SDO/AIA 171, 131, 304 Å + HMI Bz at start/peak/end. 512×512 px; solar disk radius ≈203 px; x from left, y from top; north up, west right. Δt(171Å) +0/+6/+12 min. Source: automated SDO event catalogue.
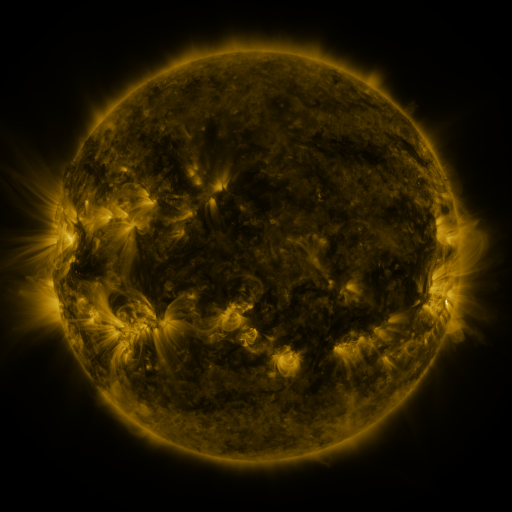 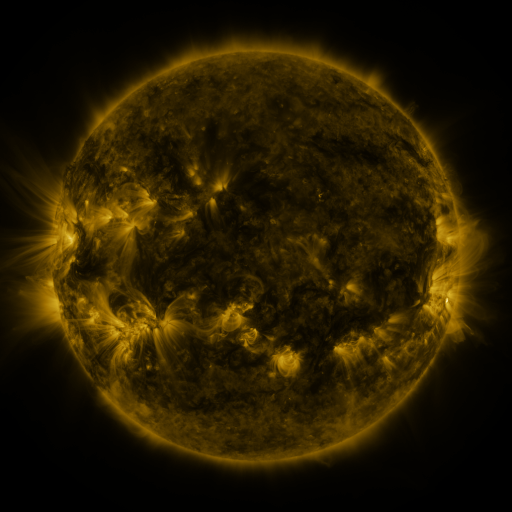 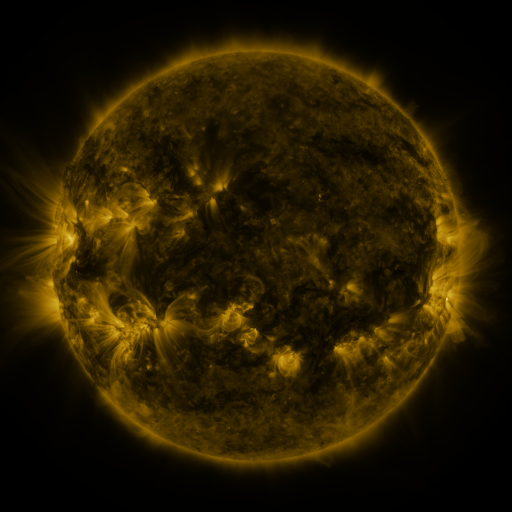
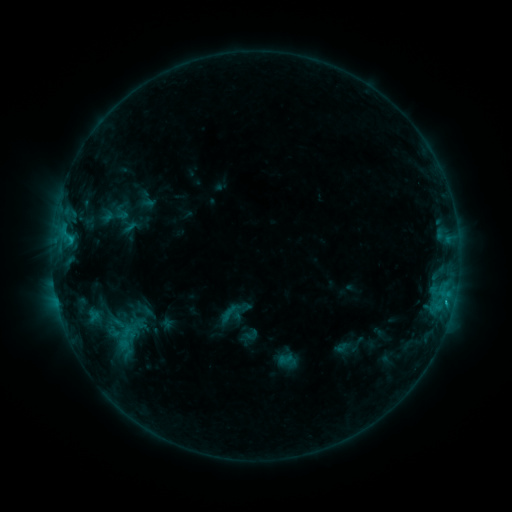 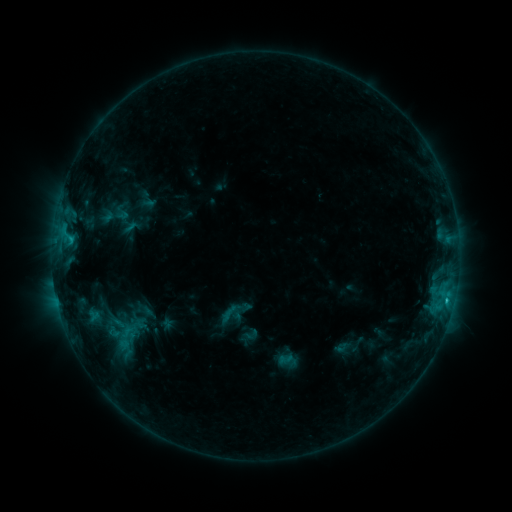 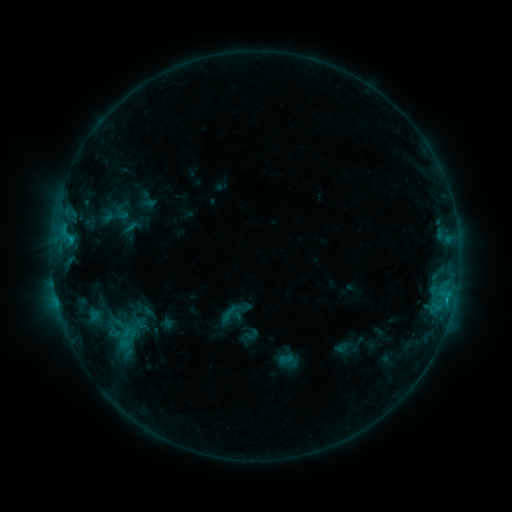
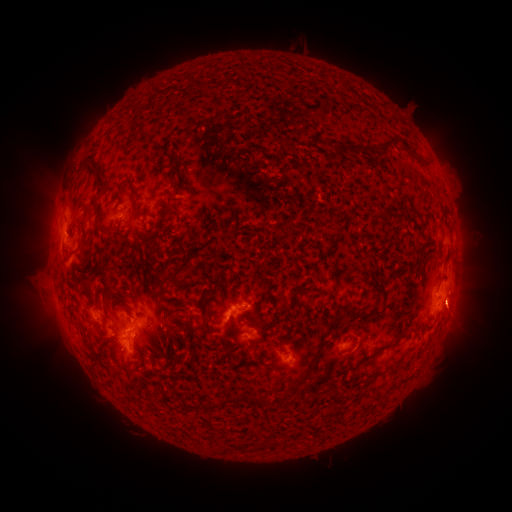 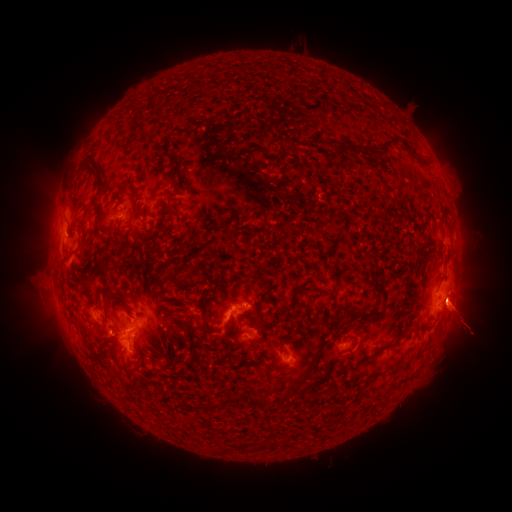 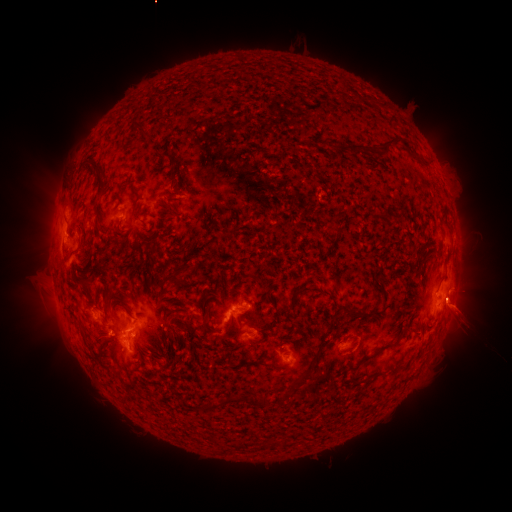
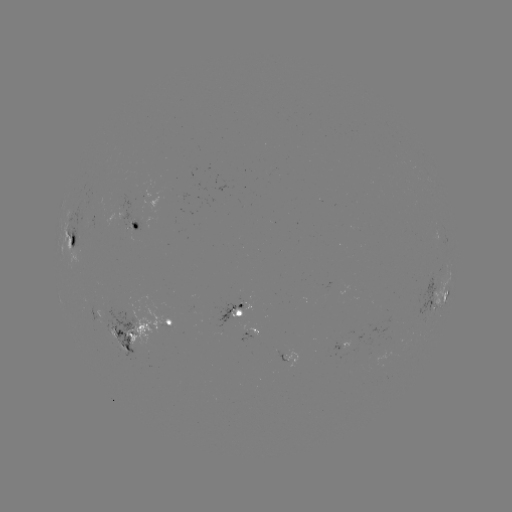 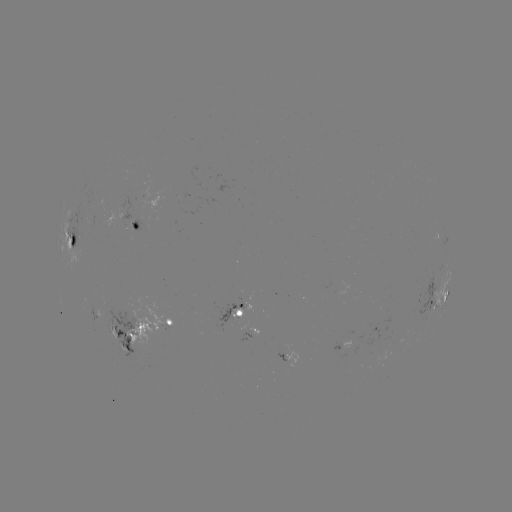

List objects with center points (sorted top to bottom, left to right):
C1.0 flare: (445, 301)
